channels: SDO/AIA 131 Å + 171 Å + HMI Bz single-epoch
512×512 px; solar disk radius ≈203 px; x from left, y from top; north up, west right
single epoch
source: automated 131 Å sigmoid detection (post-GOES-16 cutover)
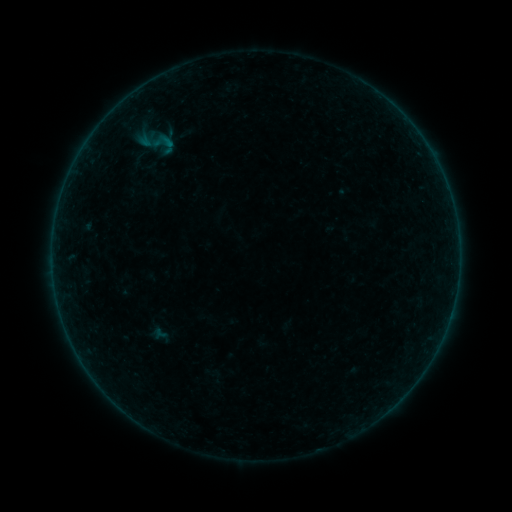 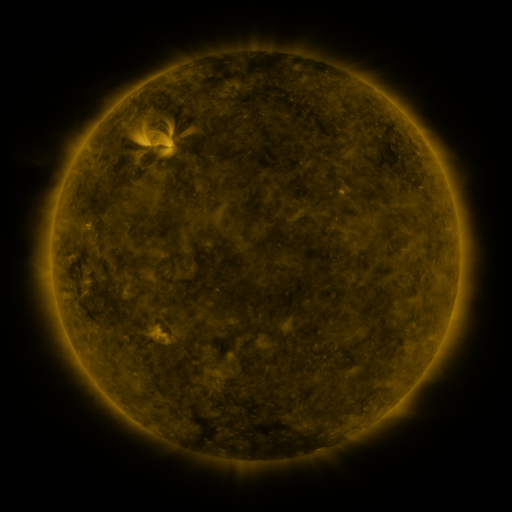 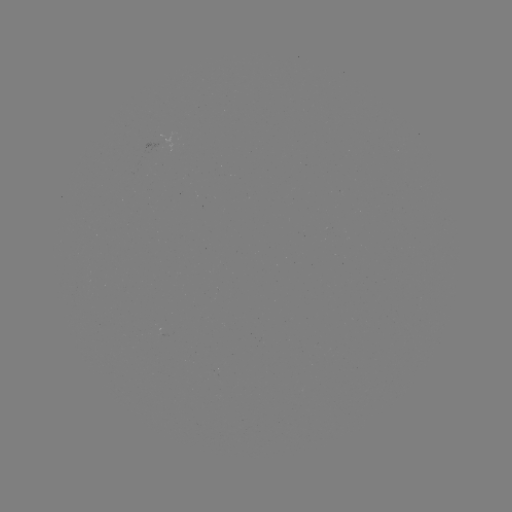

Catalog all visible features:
sigmoid: (164, 144)
